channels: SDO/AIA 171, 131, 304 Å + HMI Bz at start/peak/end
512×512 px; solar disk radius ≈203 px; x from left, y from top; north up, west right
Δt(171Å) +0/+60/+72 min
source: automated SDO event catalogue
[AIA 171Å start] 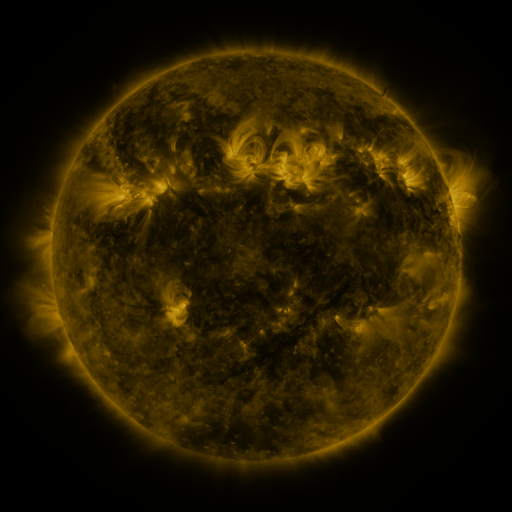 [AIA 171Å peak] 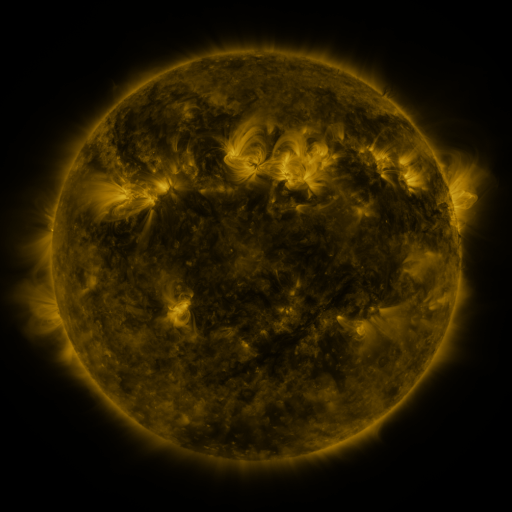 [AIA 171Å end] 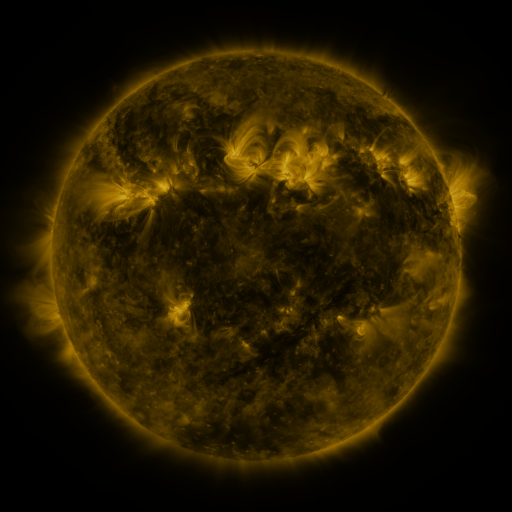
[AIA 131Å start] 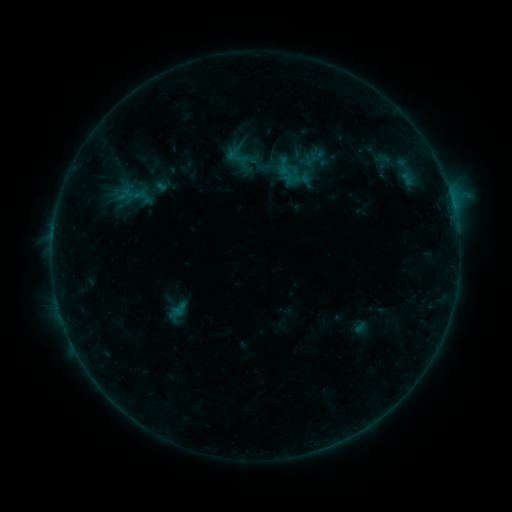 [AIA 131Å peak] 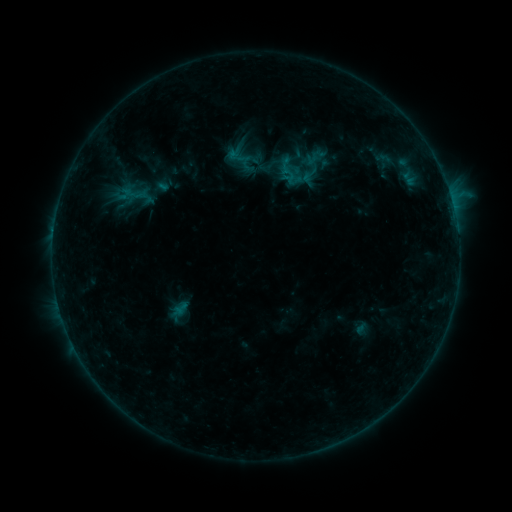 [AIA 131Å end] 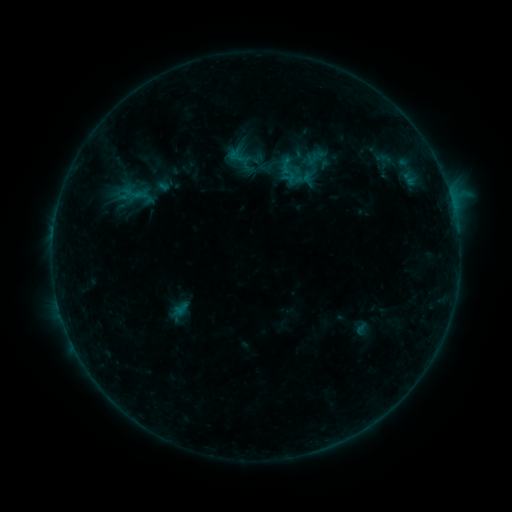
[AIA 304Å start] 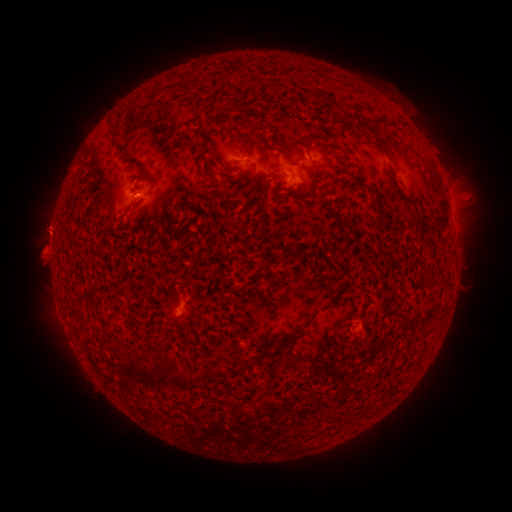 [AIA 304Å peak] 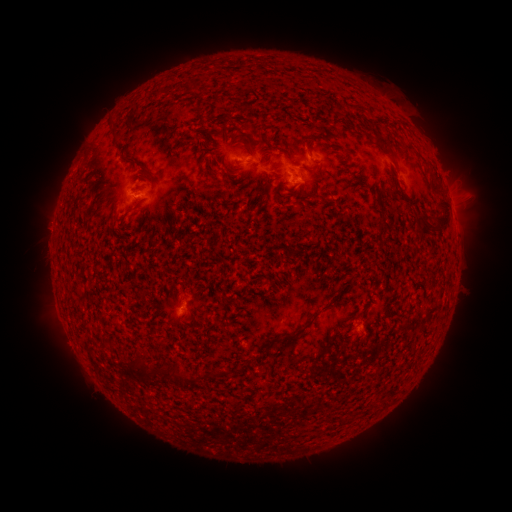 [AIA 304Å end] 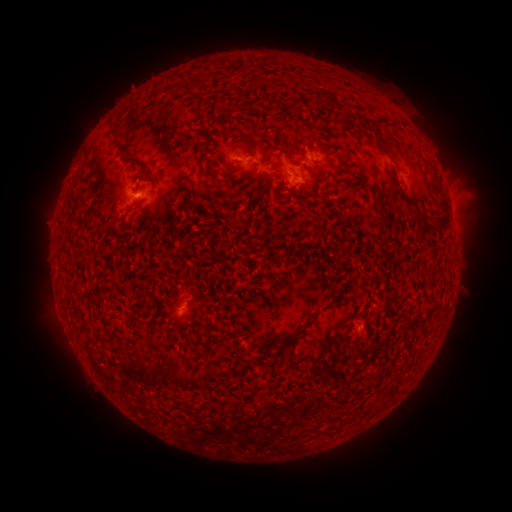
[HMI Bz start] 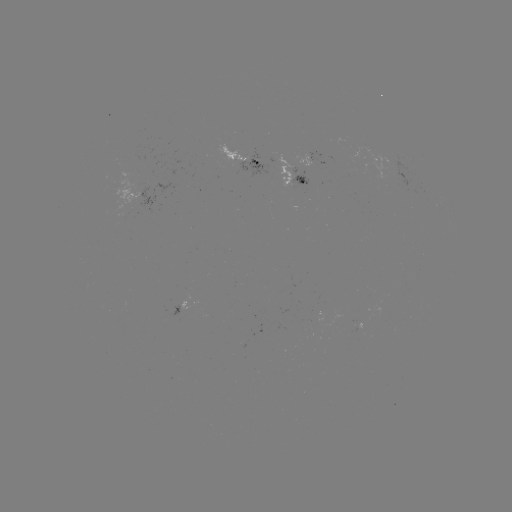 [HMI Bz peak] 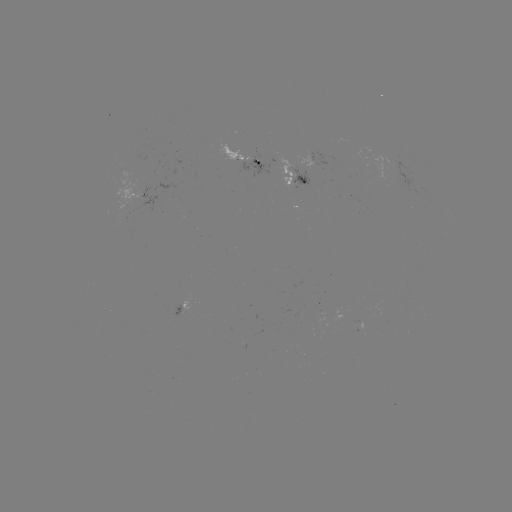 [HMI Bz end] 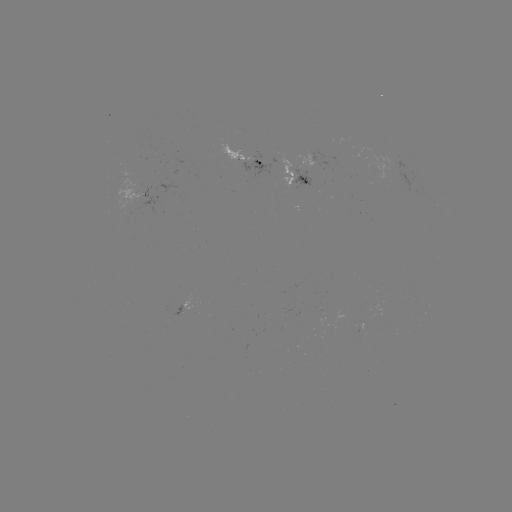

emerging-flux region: (293, 174, 310, 185)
